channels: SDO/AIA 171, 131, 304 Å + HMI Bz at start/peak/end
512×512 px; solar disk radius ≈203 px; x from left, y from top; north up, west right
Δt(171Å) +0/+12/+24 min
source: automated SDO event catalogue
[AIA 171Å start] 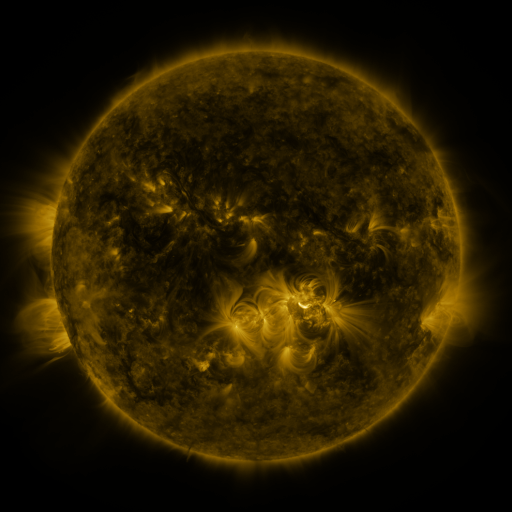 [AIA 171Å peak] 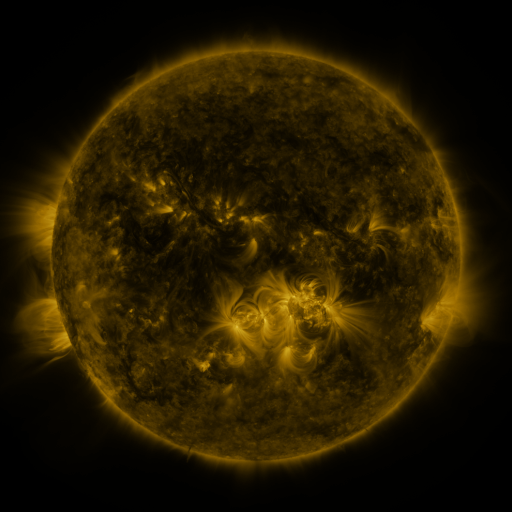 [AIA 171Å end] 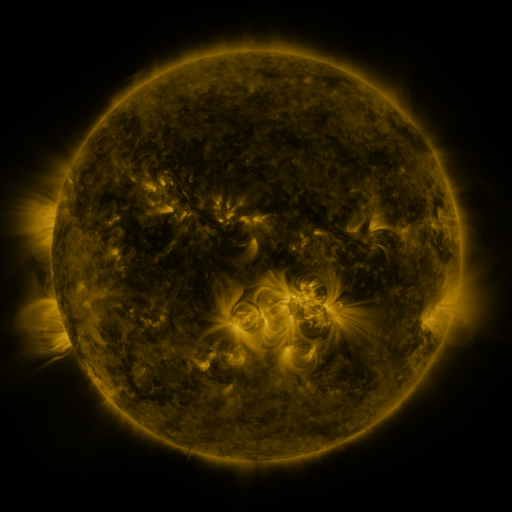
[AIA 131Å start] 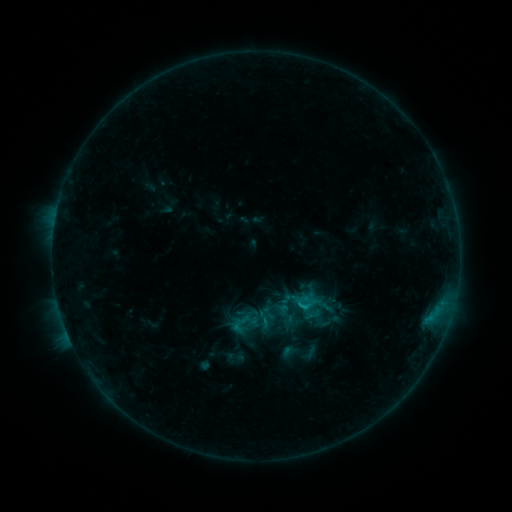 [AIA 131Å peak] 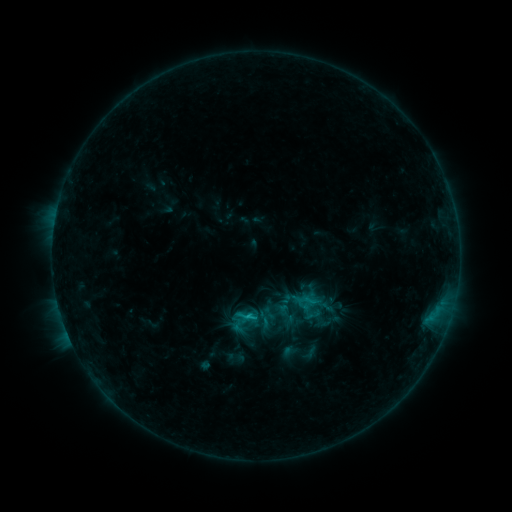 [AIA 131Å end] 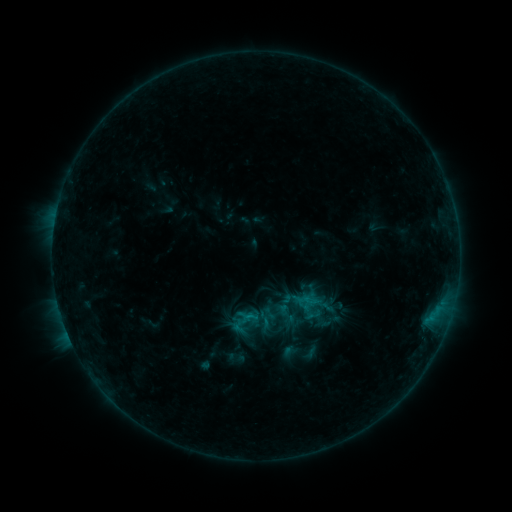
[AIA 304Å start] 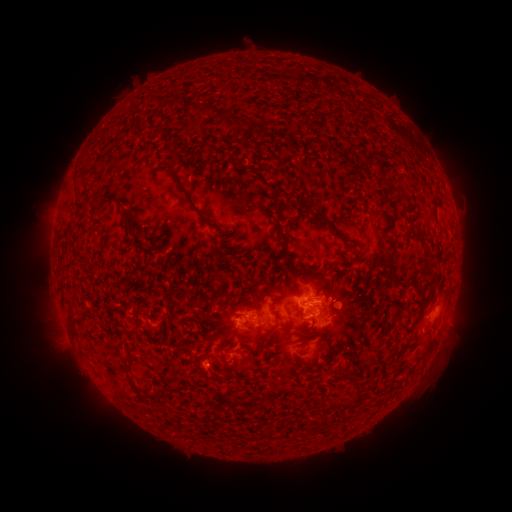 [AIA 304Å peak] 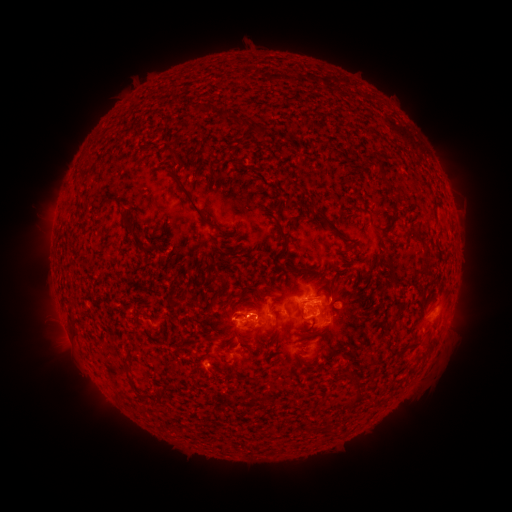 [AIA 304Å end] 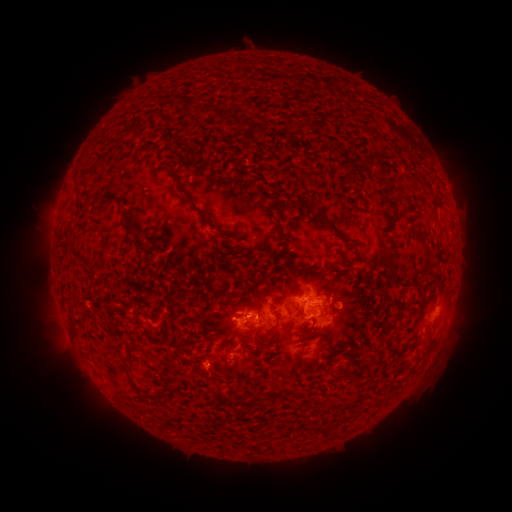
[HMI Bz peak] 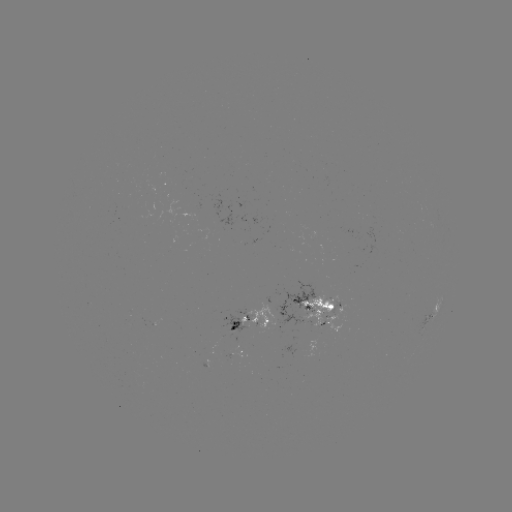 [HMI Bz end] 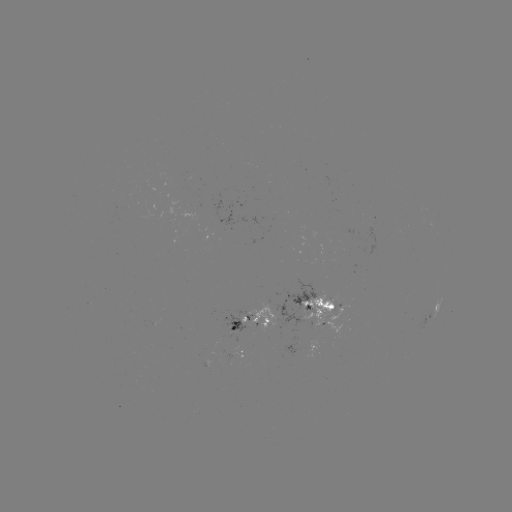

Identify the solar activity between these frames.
B9.4 flare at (252, 314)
